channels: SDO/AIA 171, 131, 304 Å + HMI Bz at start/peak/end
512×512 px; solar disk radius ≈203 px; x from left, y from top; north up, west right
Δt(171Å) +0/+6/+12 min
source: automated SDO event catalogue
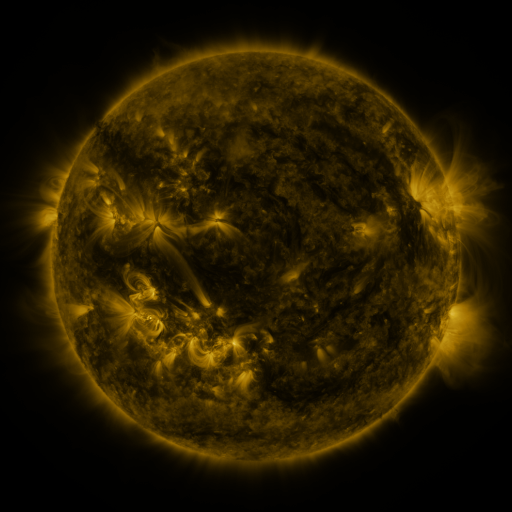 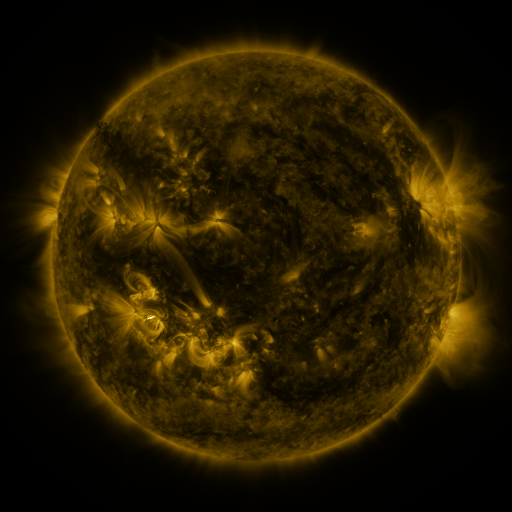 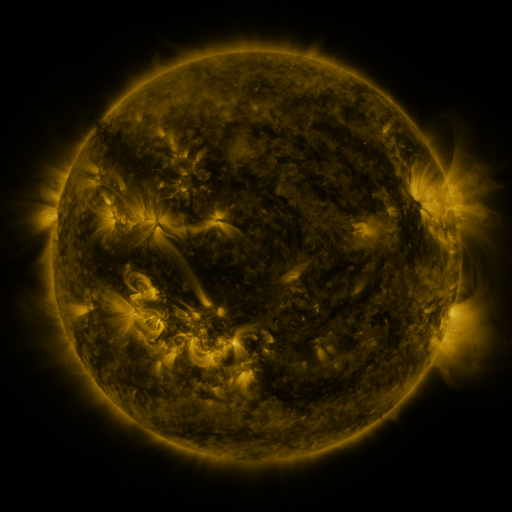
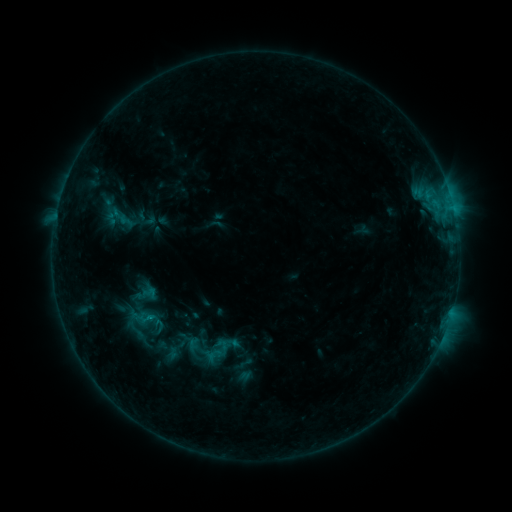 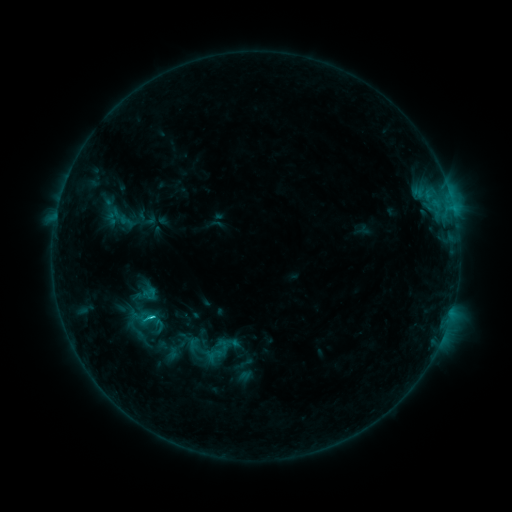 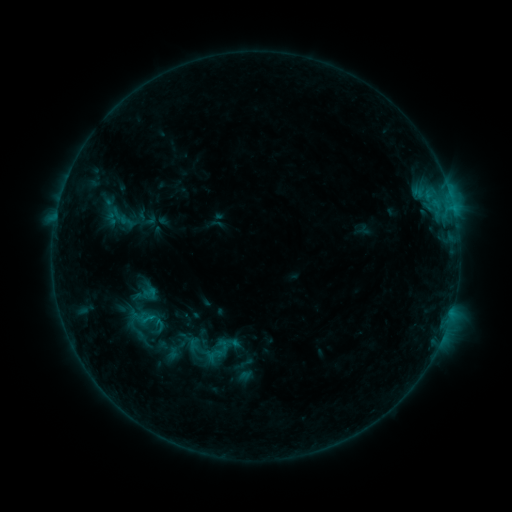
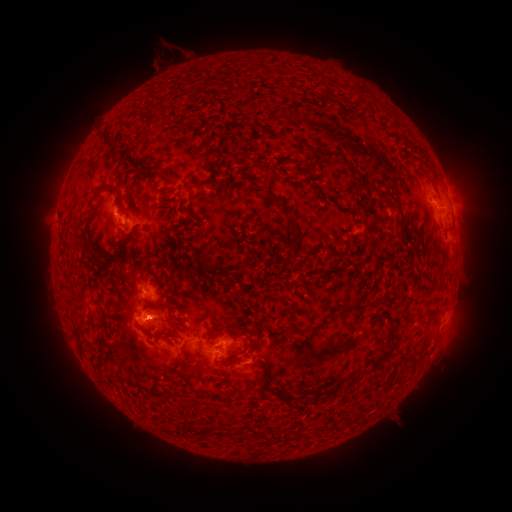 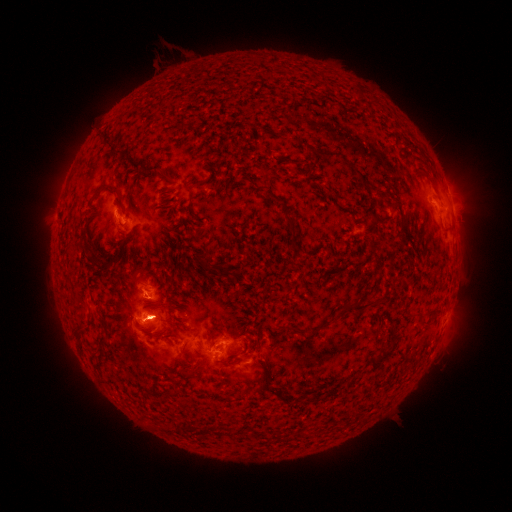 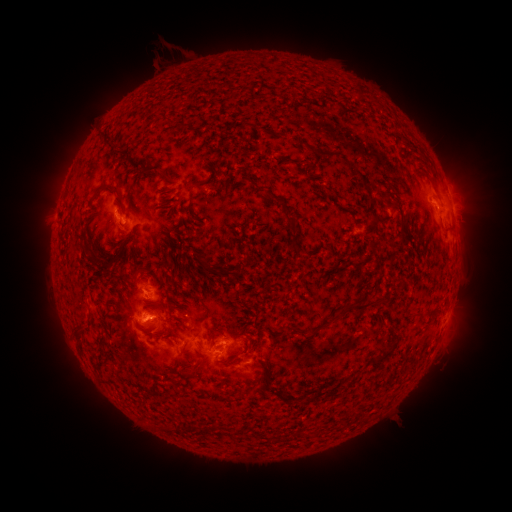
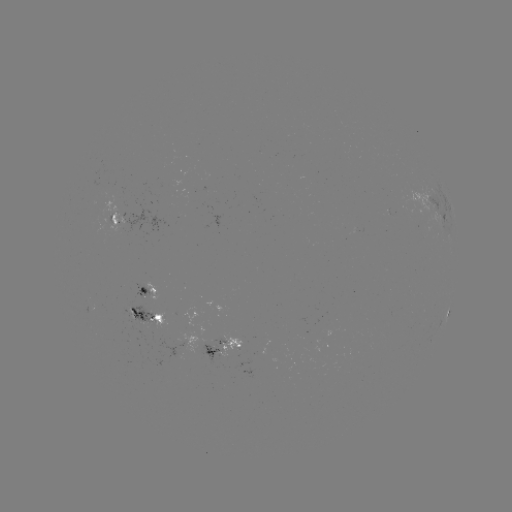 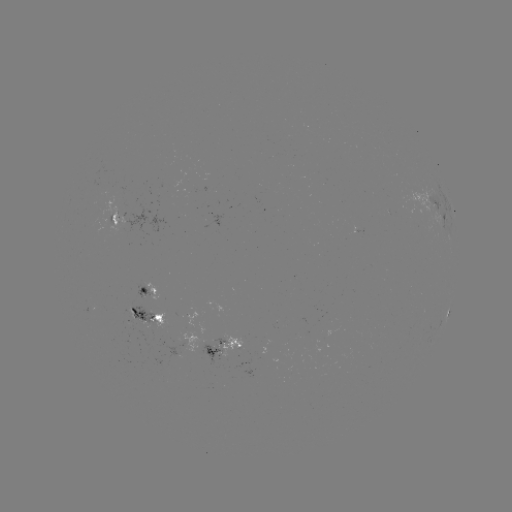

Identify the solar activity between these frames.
C1.1 flare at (152, 317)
